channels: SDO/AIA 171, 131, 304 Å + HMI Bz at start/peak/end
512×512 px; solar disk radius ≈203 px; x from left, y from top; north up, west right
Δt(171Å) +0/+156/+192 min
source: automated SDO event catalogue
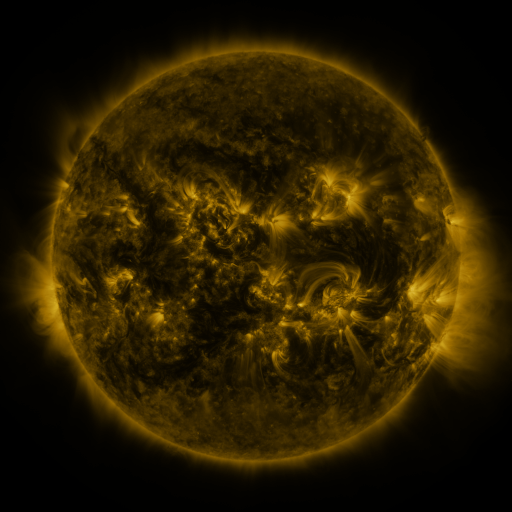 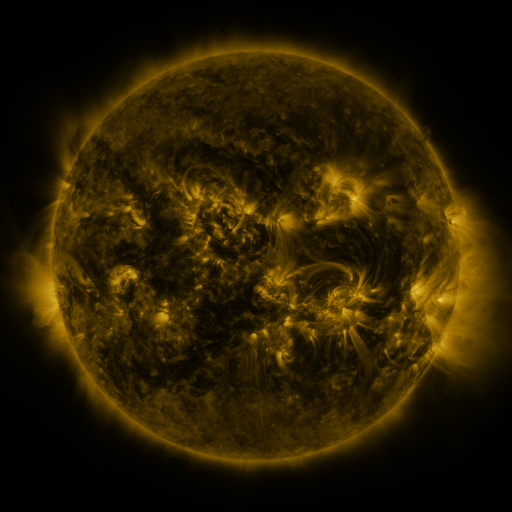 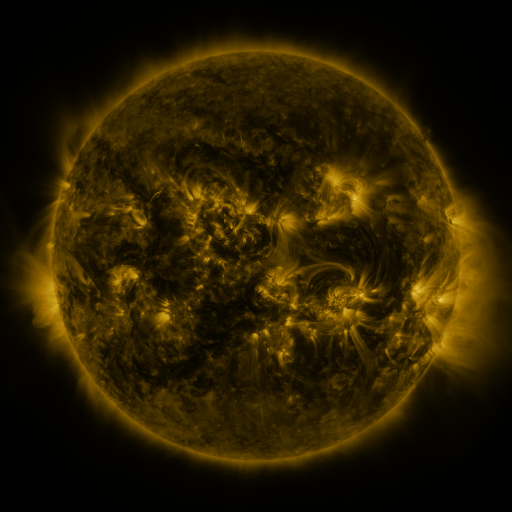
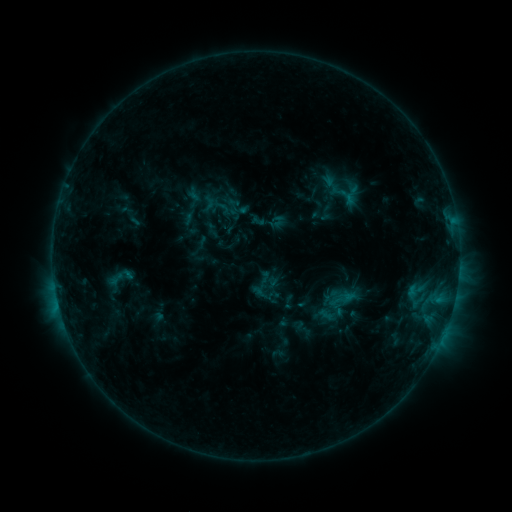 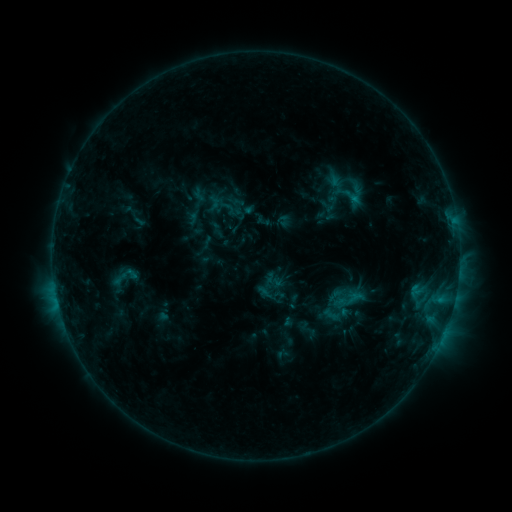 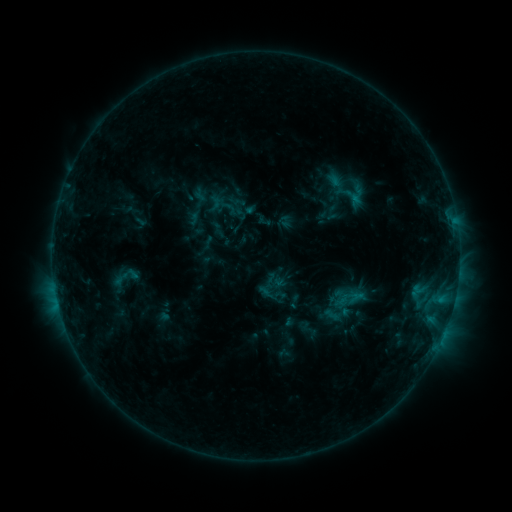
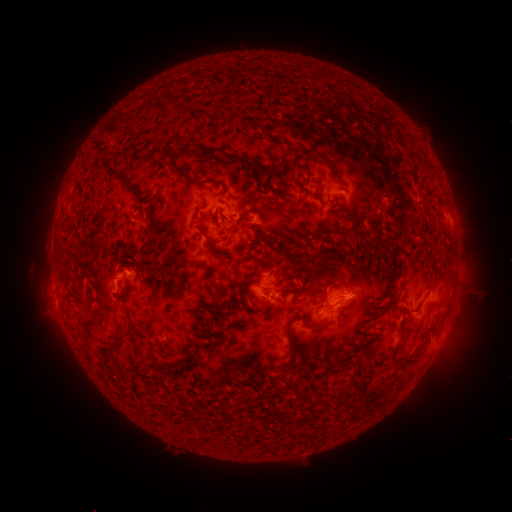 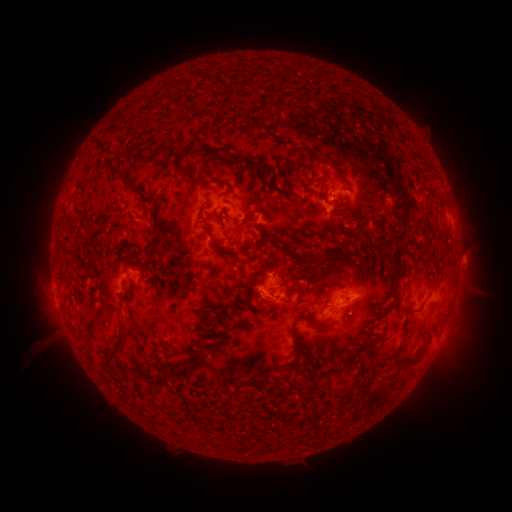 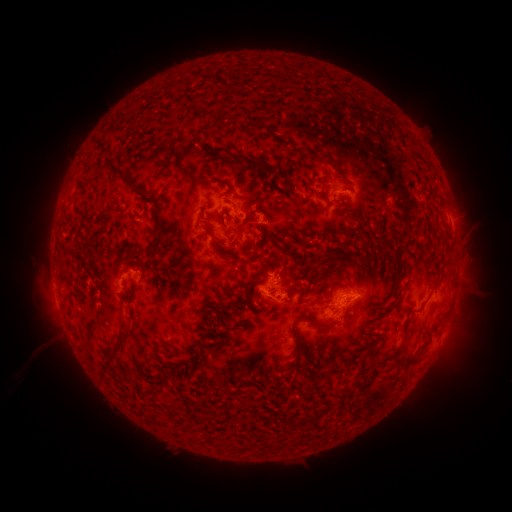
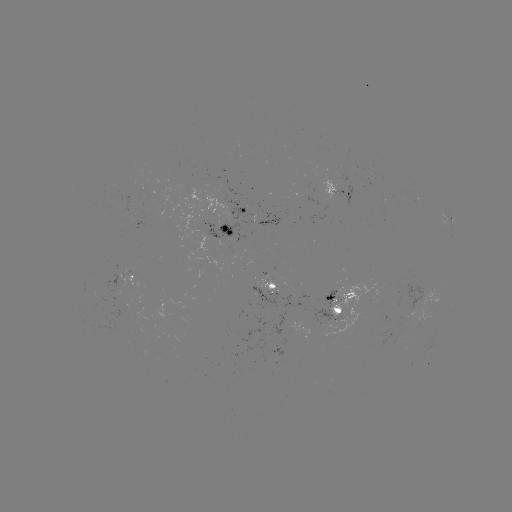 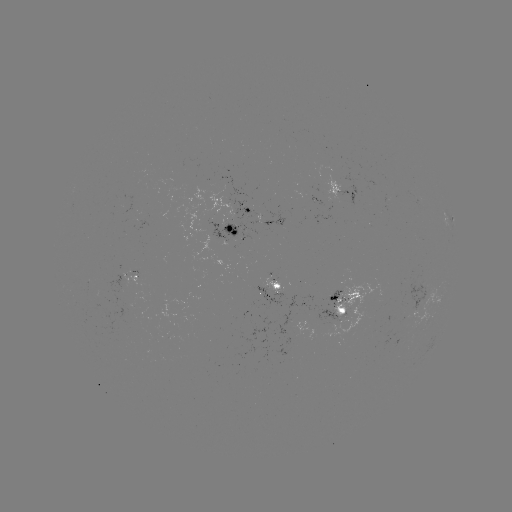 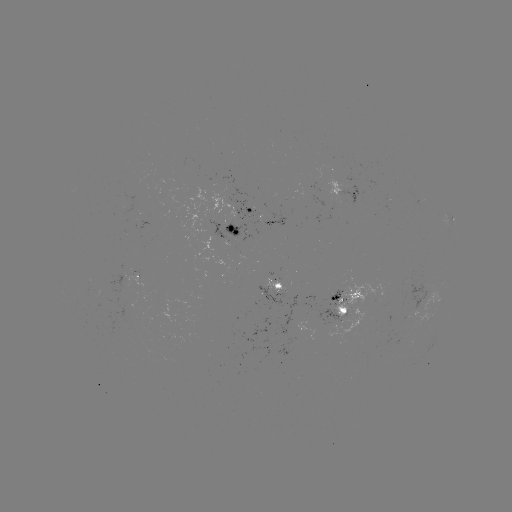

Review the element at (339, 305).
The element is emerging-flux region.